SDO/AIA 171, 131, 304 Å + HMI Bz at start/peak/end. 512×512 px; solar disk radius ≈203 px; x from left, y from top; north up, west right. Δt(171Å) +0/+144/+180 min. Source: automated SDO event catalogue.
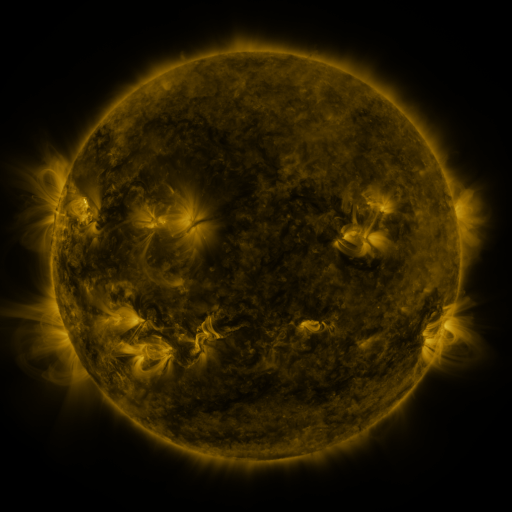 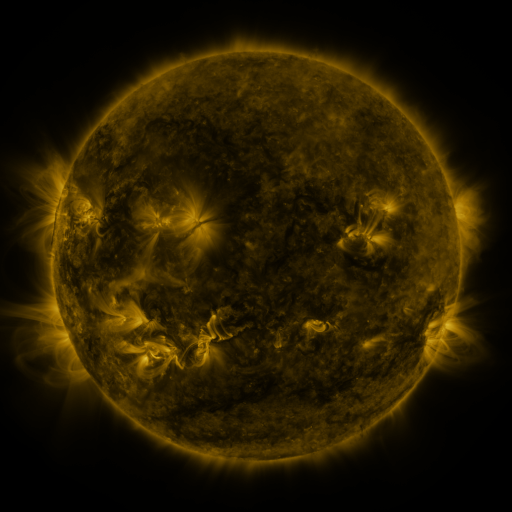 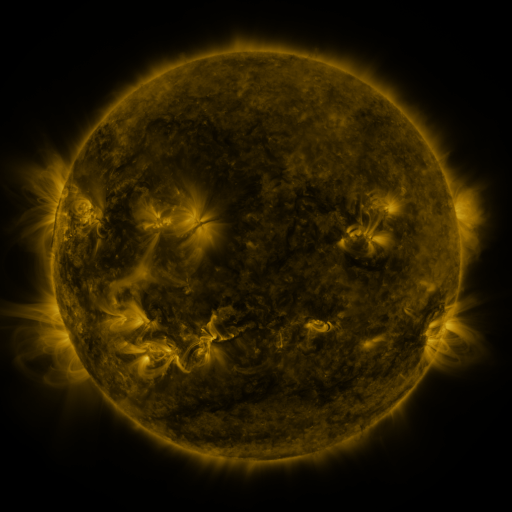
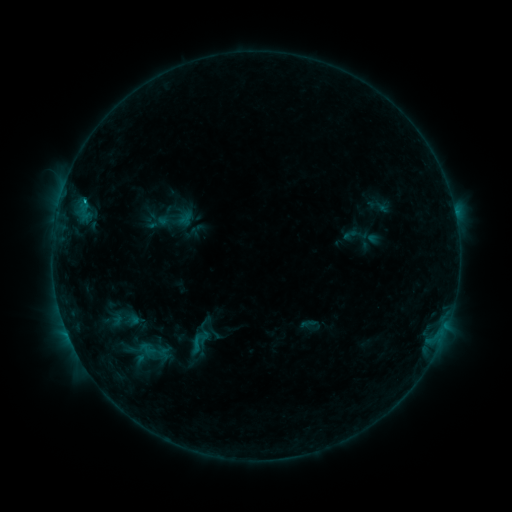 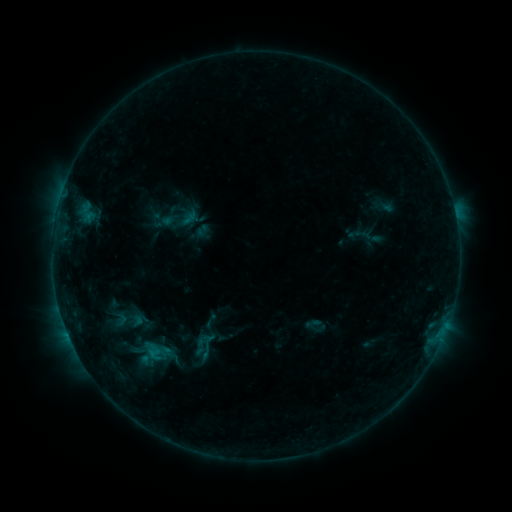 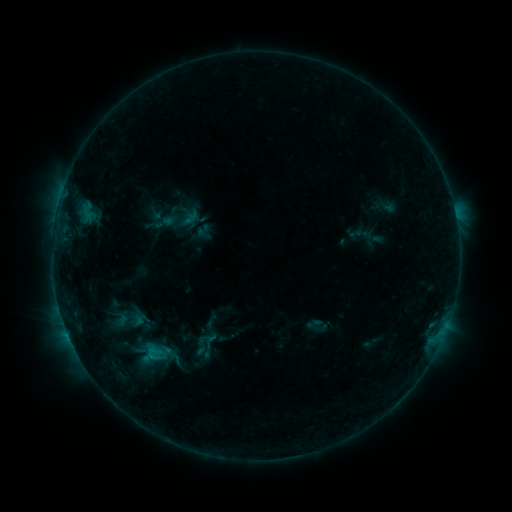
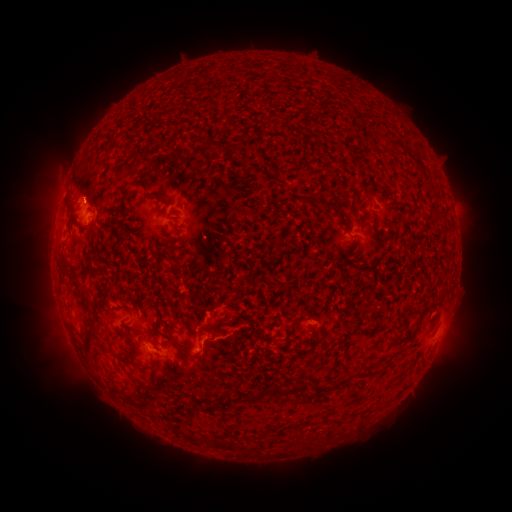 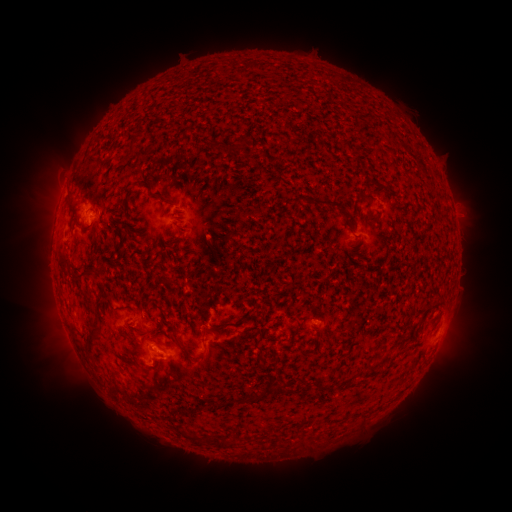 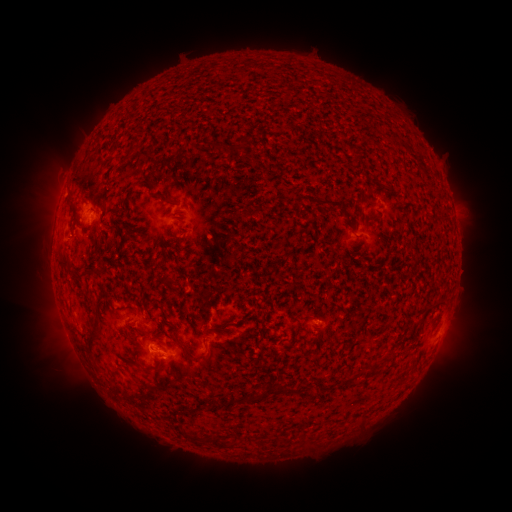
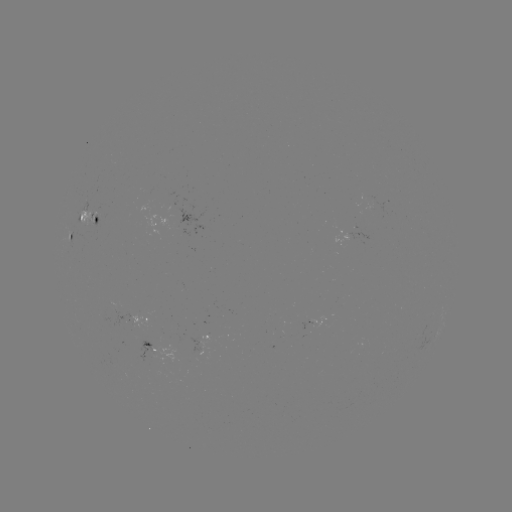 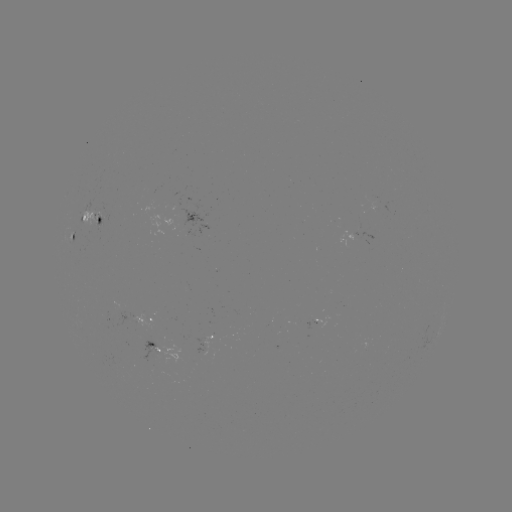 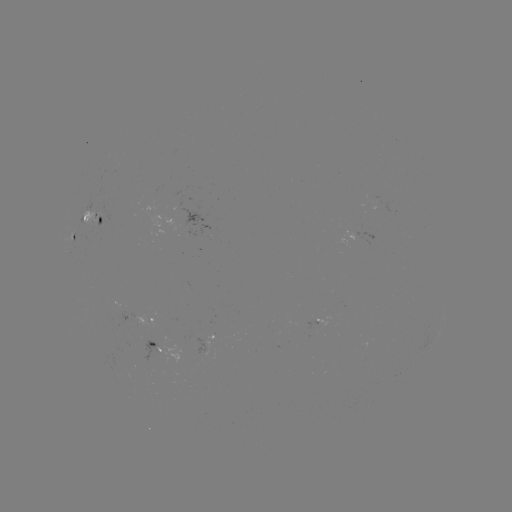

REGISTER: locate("emerging-flux region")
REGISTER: (91, 216)